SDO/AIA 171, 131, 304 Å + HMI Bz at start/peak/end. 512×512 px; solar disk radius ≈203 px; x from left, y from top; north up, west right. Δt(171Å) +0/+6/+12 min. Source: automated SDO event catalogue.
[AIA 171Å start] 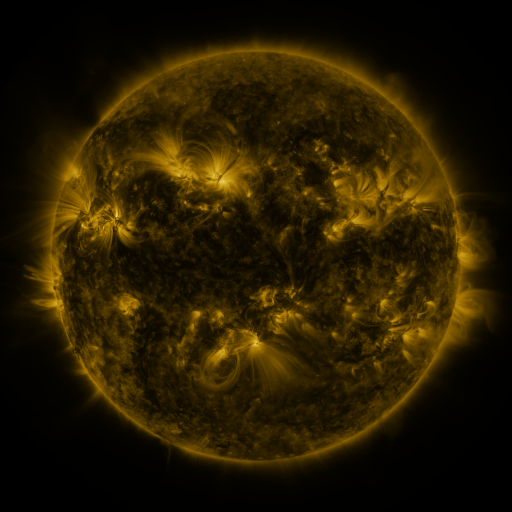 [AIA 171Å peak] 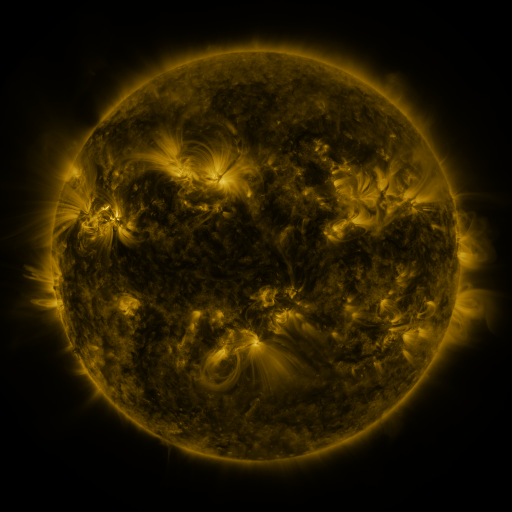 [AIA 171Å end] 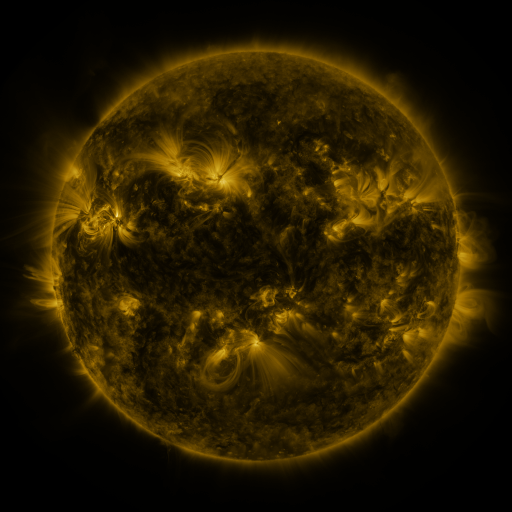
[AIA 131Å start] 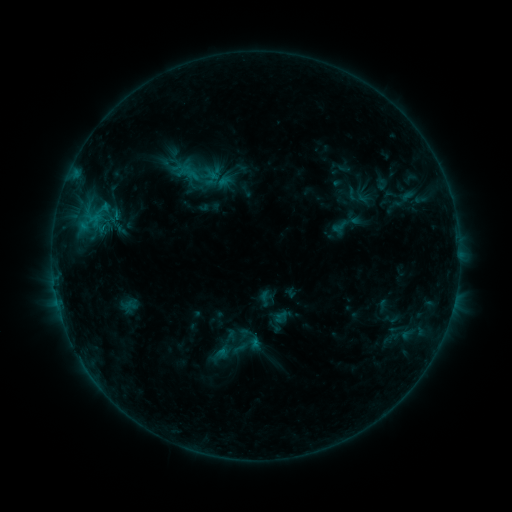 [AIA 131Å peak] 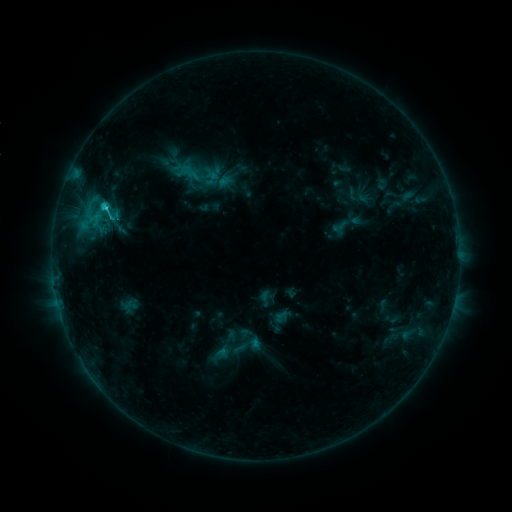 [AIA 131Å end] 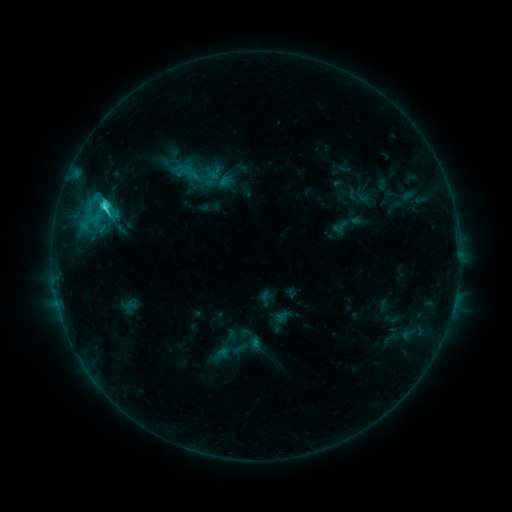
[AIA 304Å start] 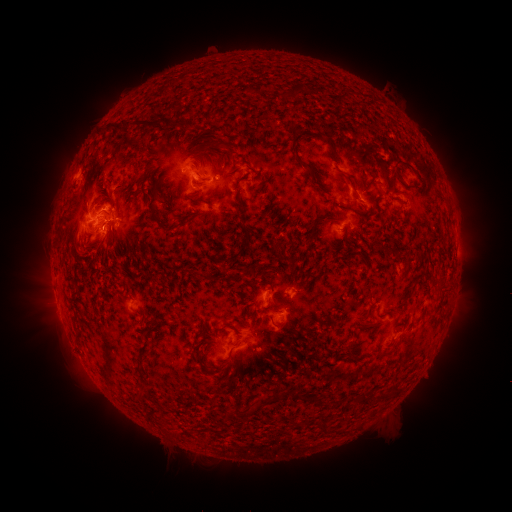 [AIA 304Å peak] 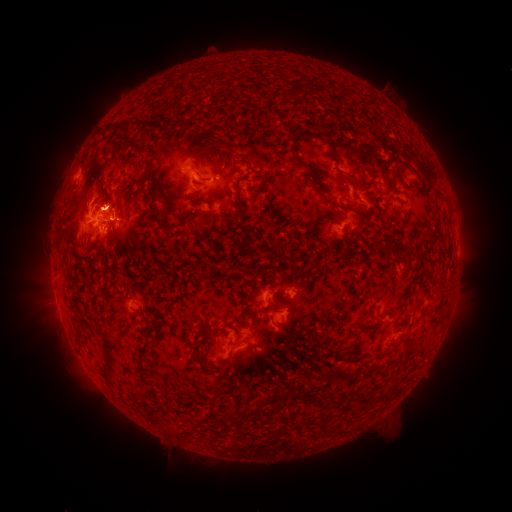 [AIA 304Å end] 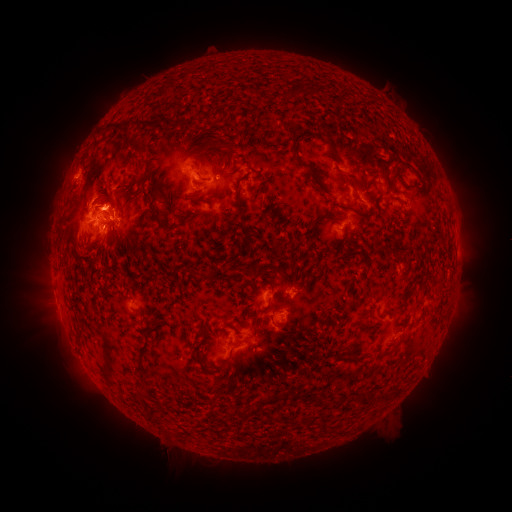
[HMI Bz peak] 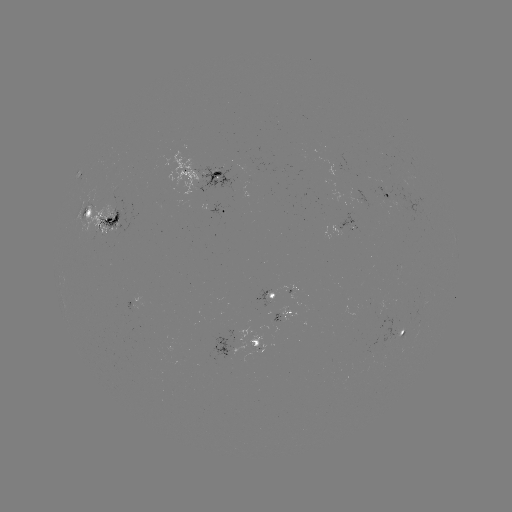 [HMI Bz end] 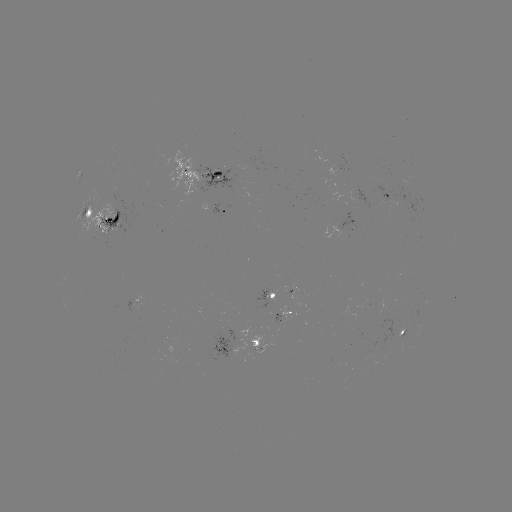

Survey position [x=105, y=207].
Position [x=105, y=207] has C3.7 flare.